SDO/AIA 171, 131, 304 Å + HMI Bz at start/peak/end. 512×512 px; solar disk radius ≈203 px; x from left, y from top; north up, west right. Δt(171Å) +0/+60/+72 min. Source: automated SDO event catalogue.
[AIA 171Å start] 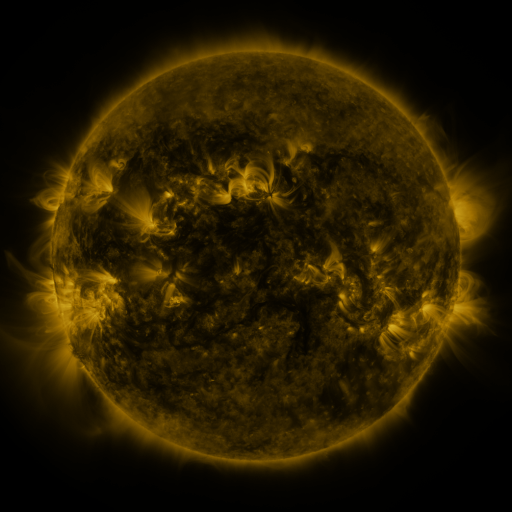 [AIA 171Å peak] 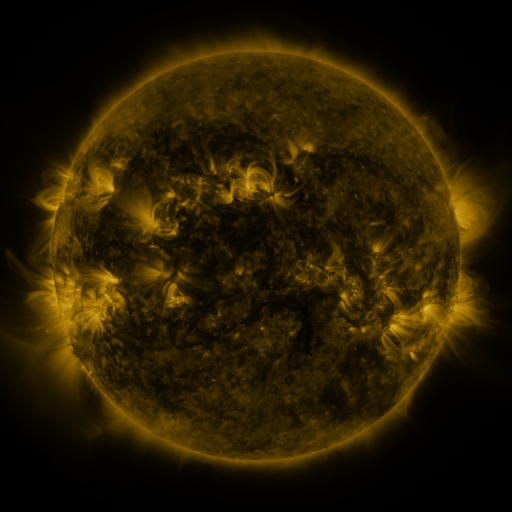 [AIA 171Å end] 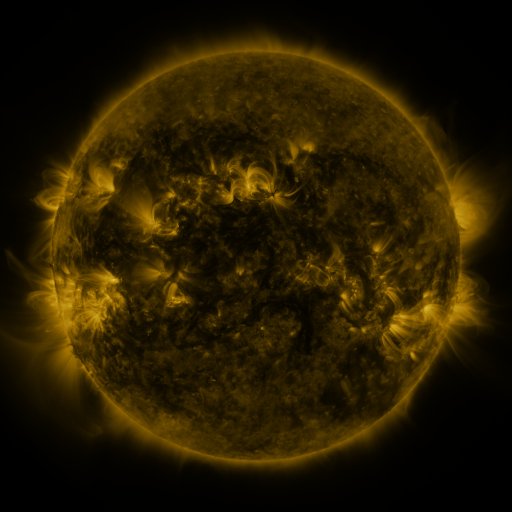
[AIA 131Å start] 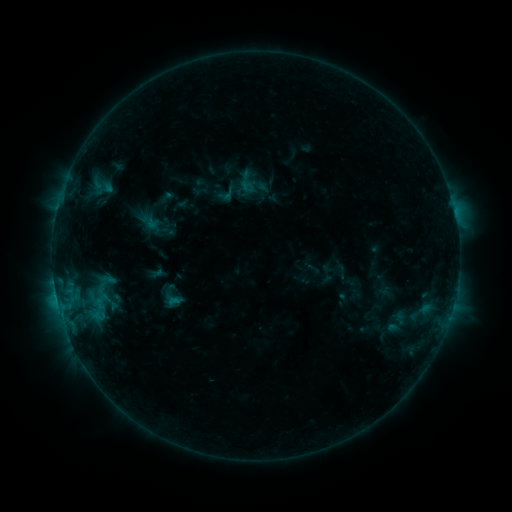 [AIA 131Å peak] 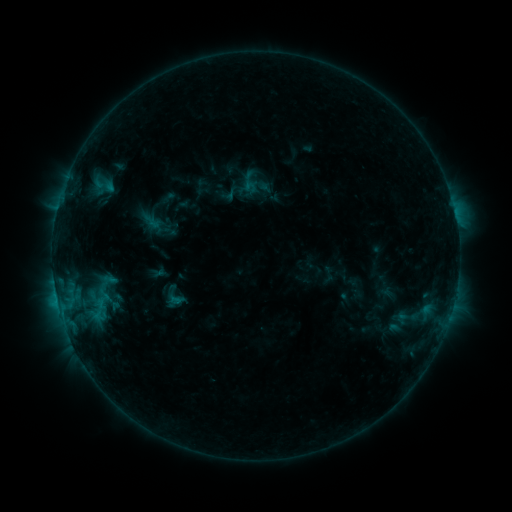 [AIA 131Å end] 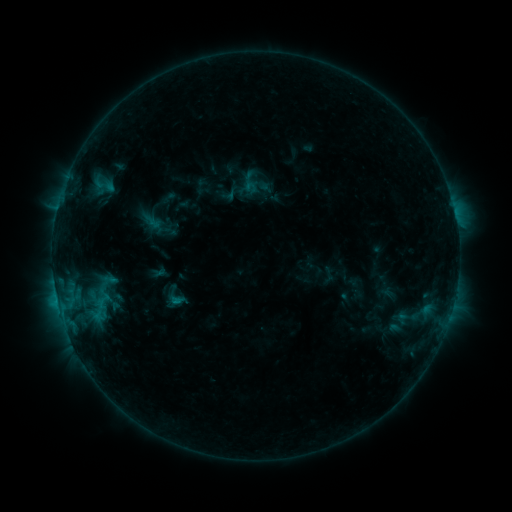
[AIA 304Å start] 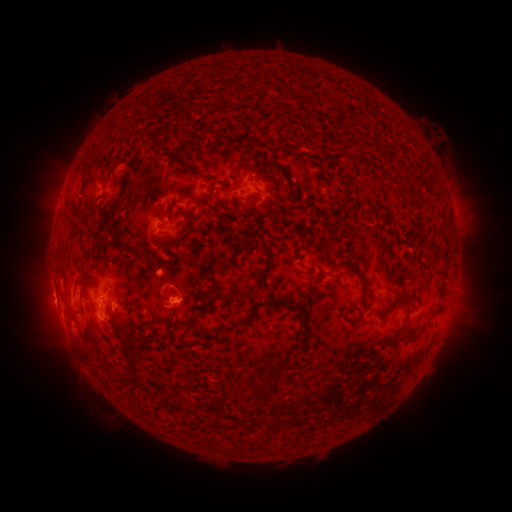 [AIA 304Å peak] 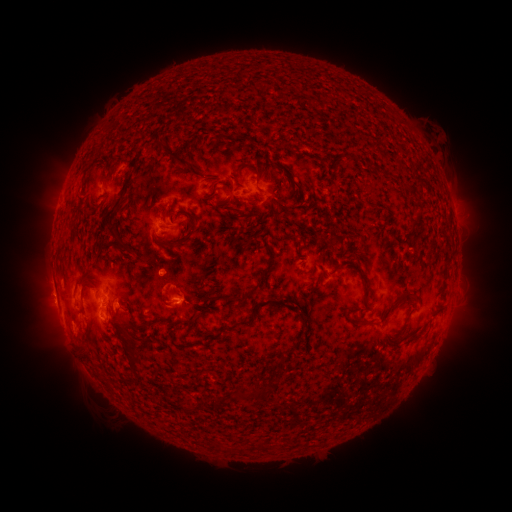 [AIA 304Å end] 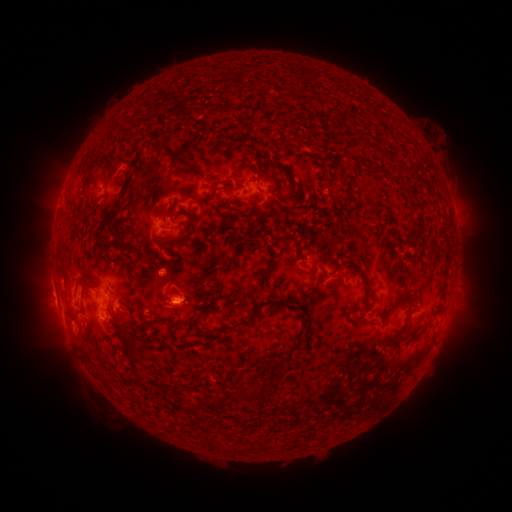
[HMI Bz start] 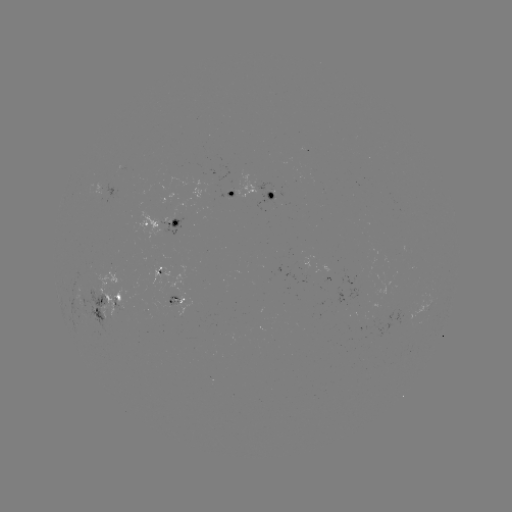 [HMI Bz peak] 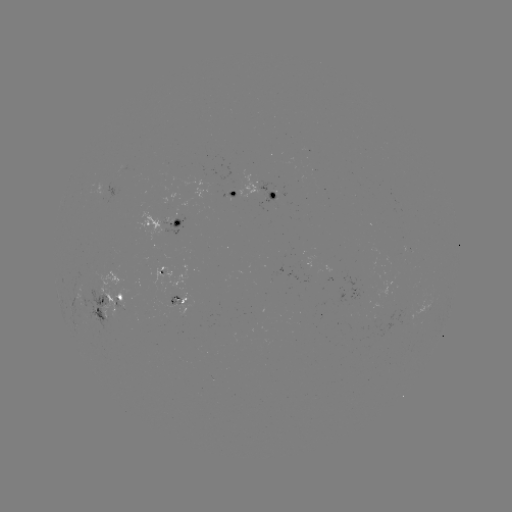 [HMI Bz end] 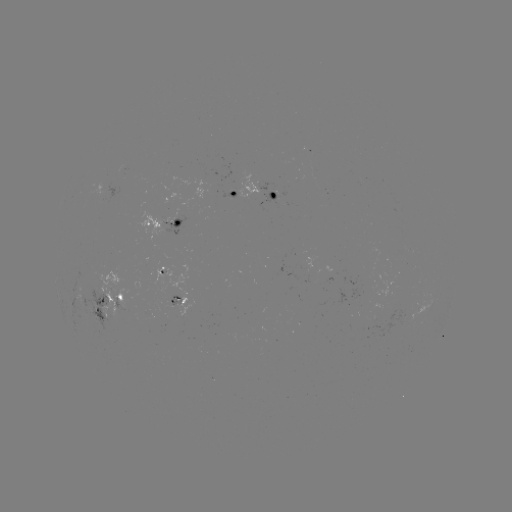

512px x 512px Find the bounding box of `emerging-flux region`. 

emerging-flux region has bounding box [162, 201, 183, 234].